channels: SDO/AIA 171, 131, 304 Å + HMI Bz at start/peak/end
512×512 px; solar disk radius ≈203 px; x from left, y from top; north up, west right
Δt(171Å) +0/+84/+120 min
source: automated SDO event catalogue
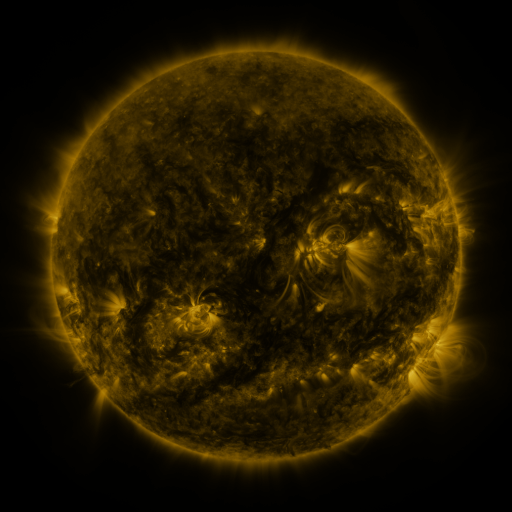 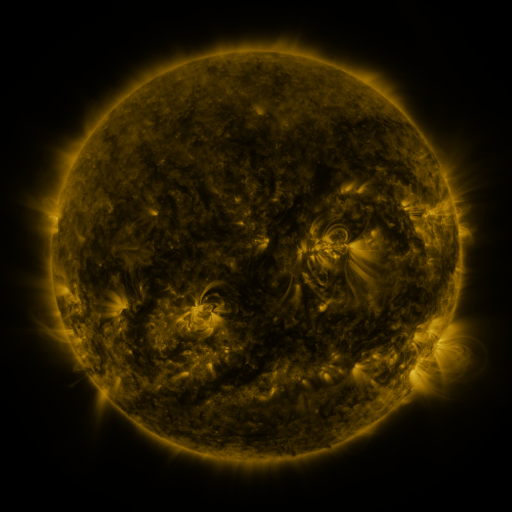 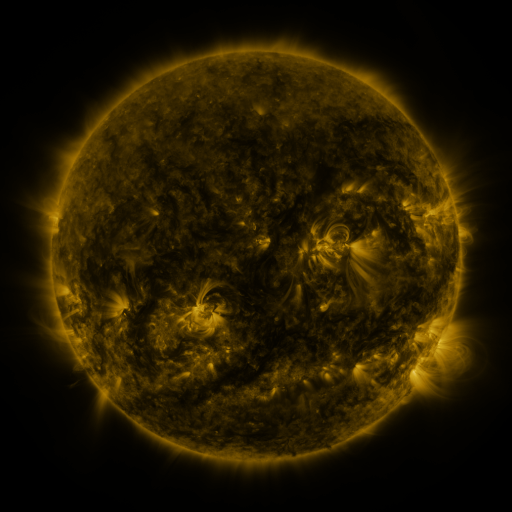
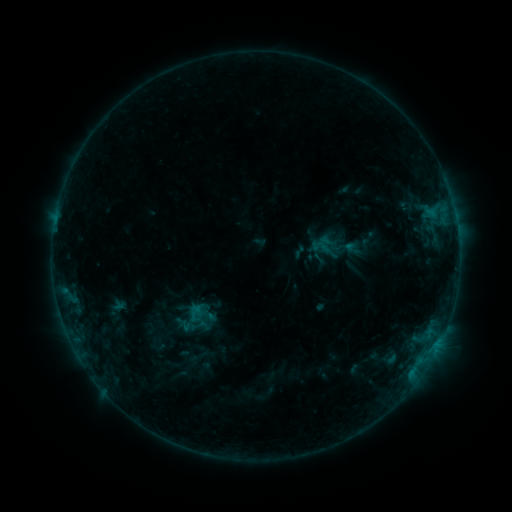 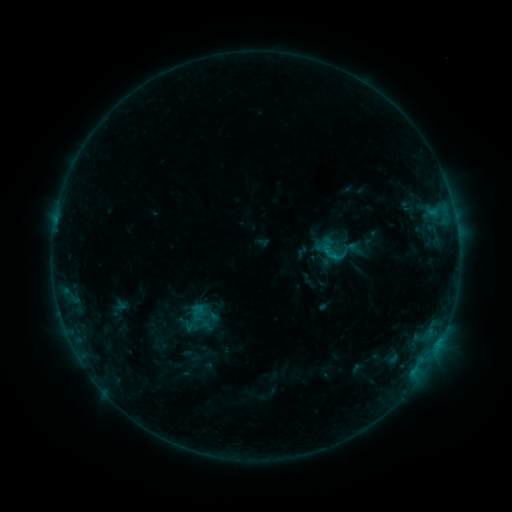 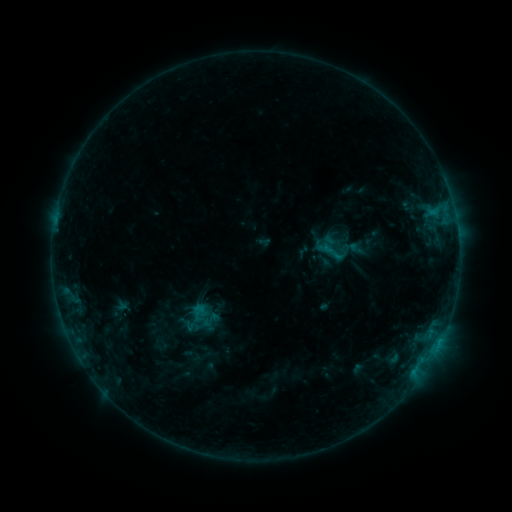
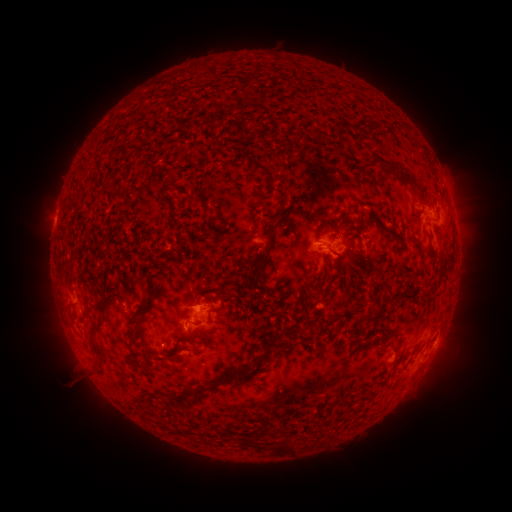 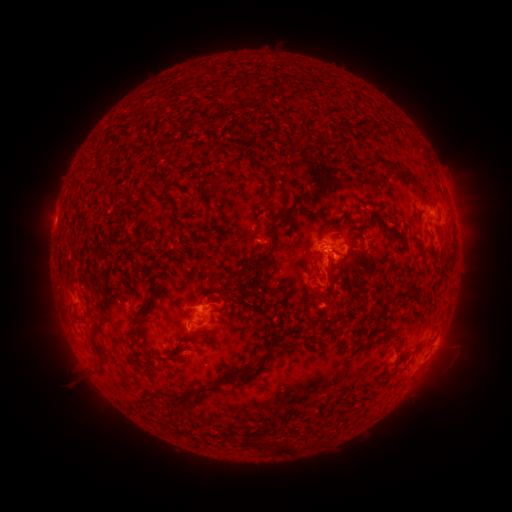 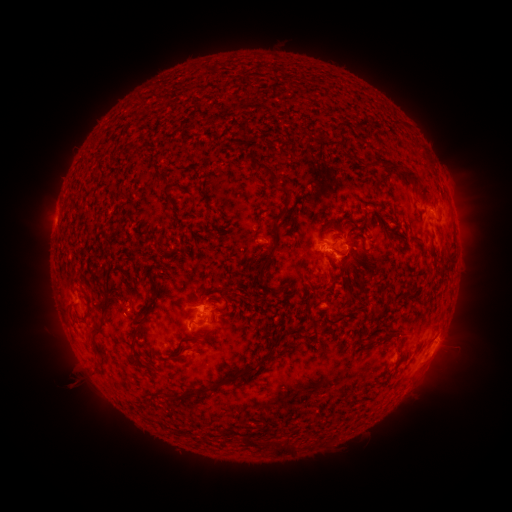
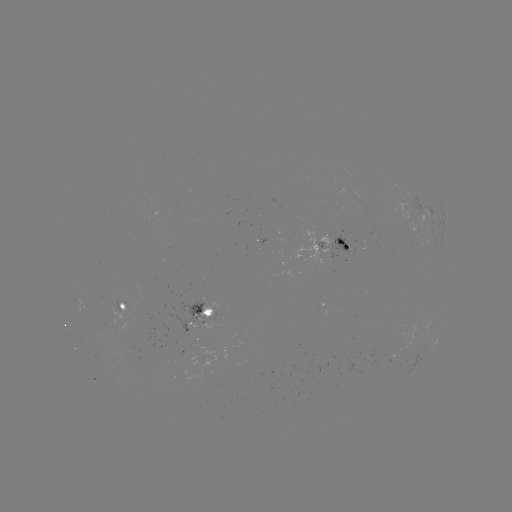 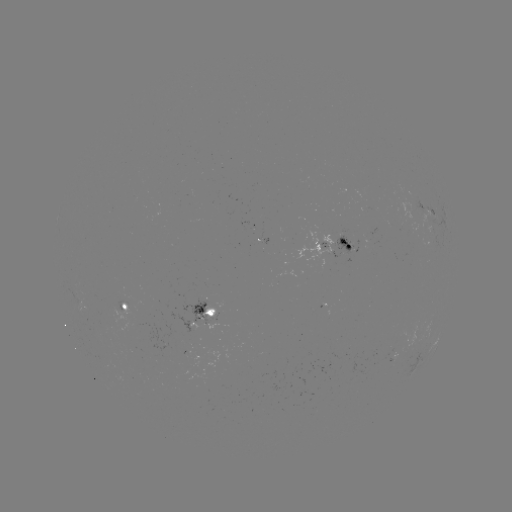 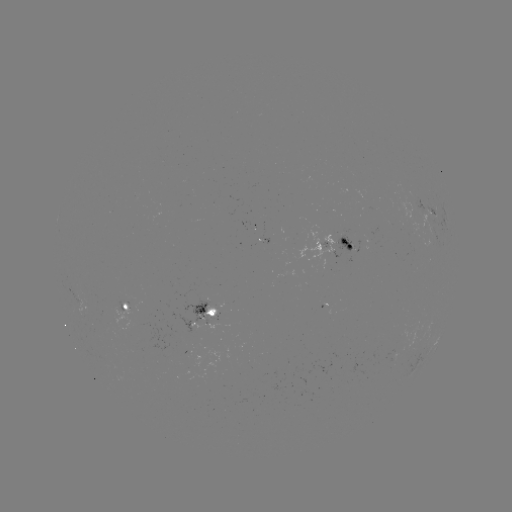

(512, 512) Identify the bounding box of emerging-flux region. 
[238, 221, 253, 229].